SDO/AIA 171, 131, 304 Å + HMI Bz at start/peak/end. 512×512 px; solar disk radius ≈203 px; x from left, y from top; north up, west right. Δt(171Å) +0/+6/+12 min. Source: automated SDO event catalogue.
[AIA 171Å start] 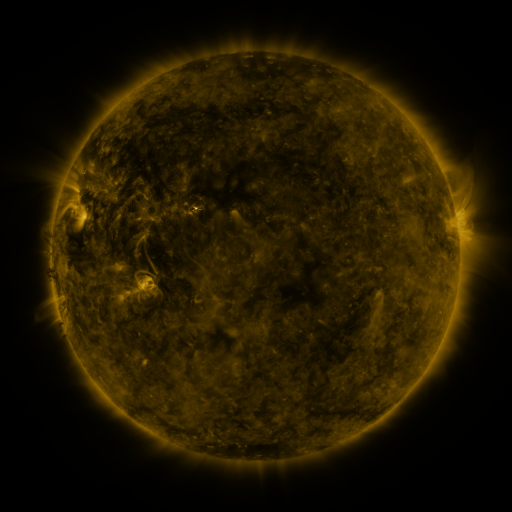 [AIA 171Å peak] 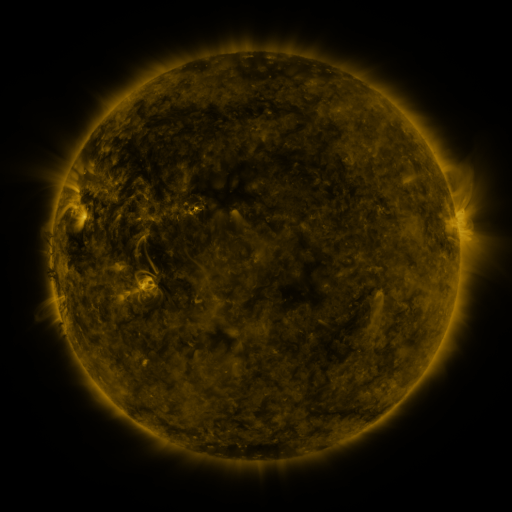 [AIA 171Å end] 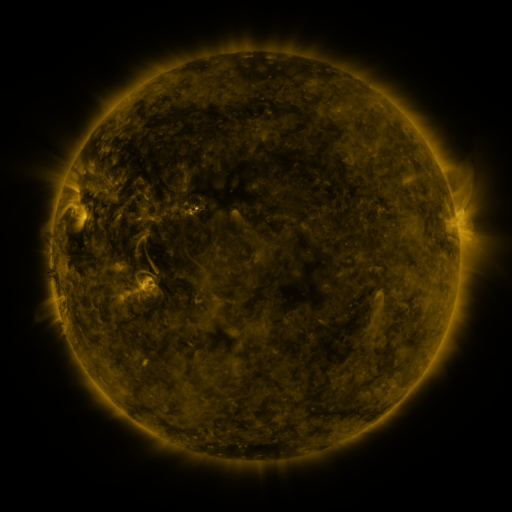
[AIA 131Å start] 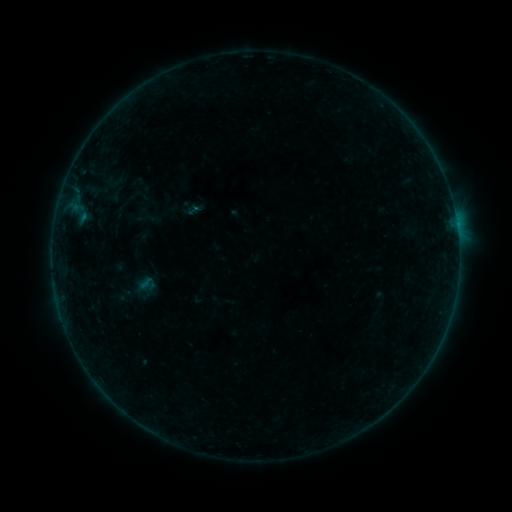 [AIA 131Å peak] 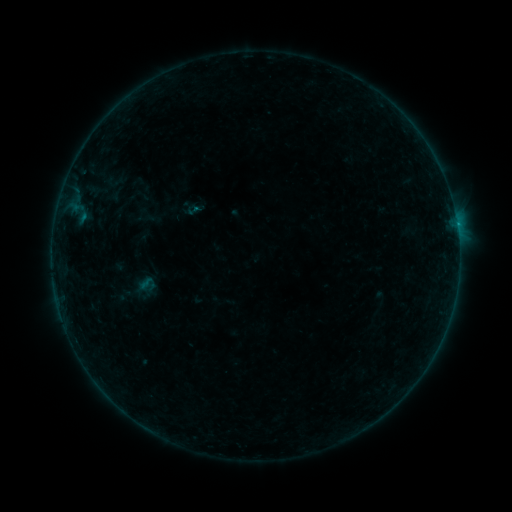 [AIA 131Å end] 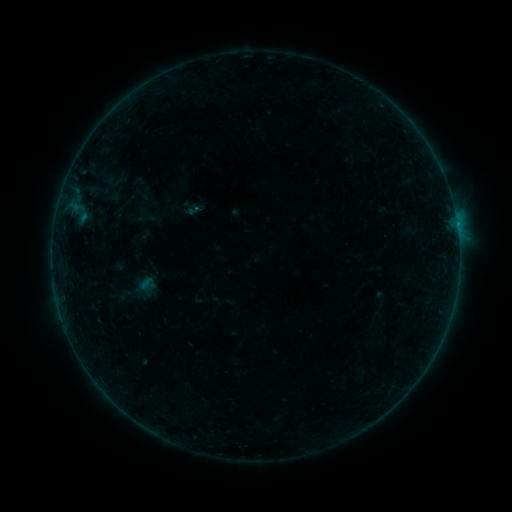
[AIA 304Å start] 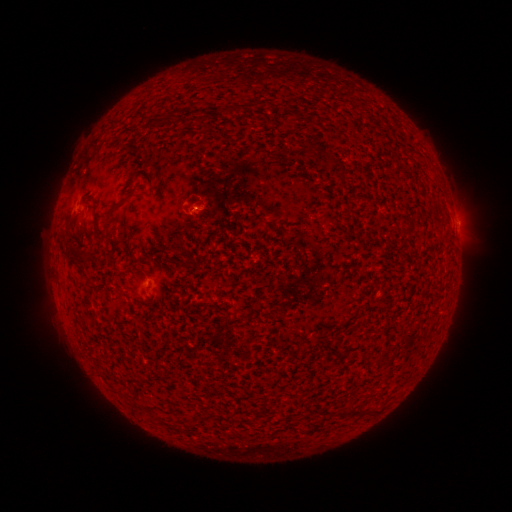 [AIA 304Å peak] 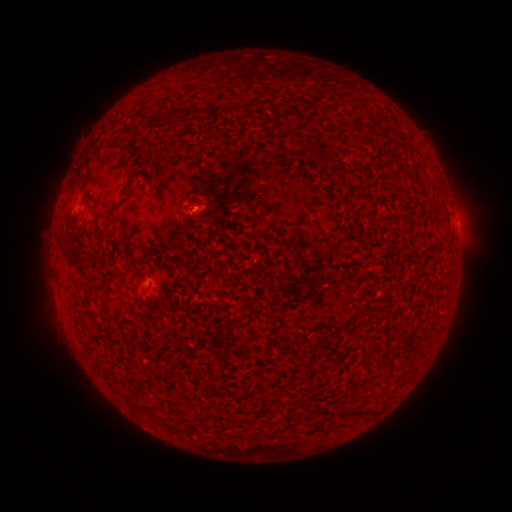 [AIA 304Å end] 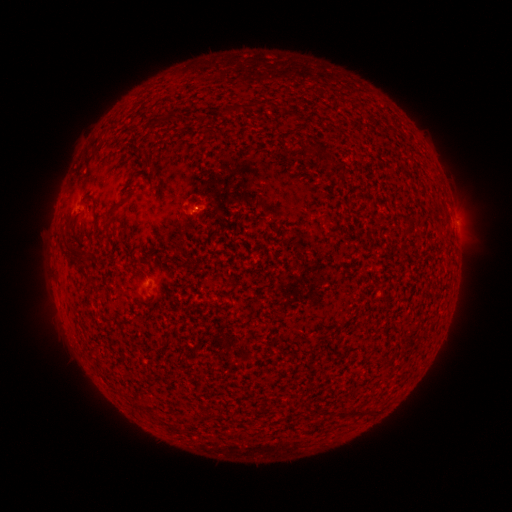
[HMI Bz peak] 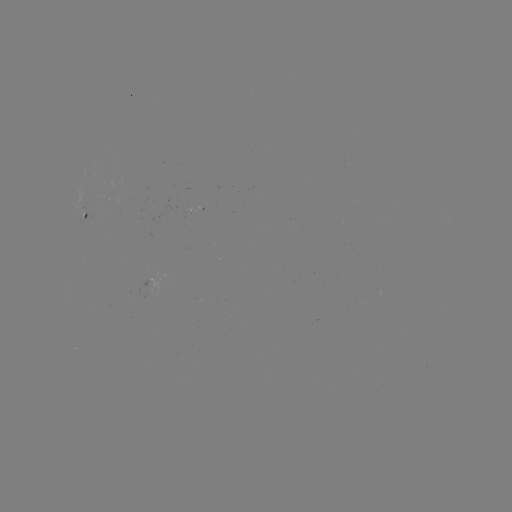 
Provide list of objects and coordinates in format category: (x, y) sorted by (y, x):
B1.9 flare: (457, 227)
